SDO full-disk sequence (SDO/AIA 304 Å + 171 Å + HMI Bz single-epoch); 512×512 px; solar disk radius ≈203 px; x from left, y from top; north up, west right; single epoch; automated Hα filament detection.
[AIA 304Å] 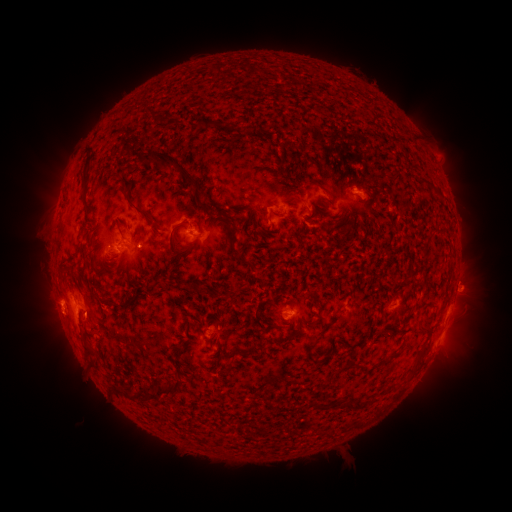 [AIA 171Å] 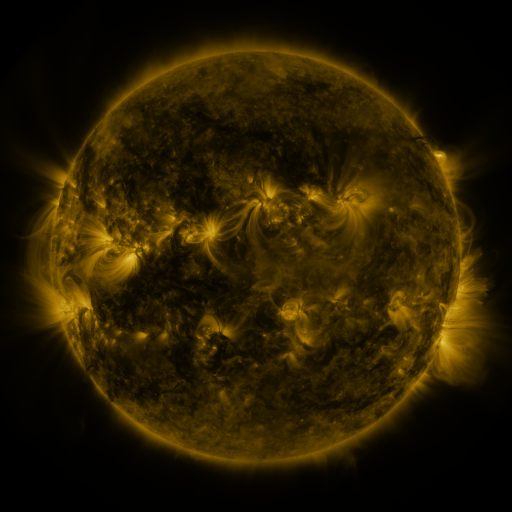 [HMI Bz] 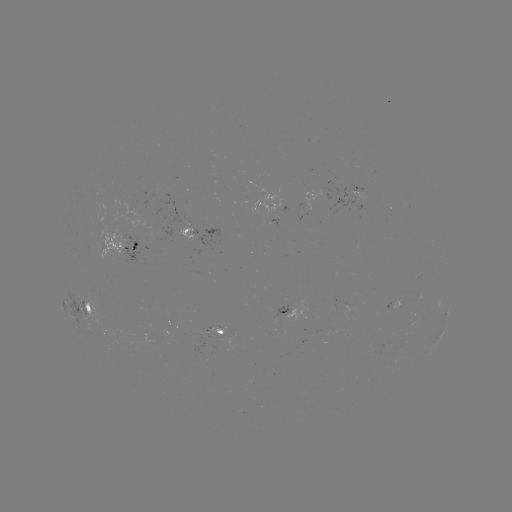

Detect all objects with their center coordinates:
filament: <bbox>138, 148, 196, 188</bbox>
filament: <bbox>80, 173, 88, 190</bbox>
filament: <bbox>117, 174, 155, 222</bbox>
filament: <bbox>196, 201, 207, 211</bbox>
filament: <bbox>227, 225, 236, 238</bbox>
filament: <bbox>168, 232, 199, 256</bbox>
filament: <bbox>235, 254, 250, 266</bbox>
filament: <bbox>186, 282, 201, 293</bbox>
filament: <bbox>97, 298, 119, 308</bbox>
filament: <bbox>306, 322, 332, 353</bbox>
filament: <bbox>81, 342, 94, 357</bbox>
filament: <bbox>386, 352, 399, 361</bbox>
filament: <bbox>224, 358, 232, 370</bbox>
filament: <bbox>139, 377, 186, 400</bbox>
filament: <bbox>351, 400, 362, 410</bbox>
filament: <bbox>311, 402, 325, 411</bbox>
